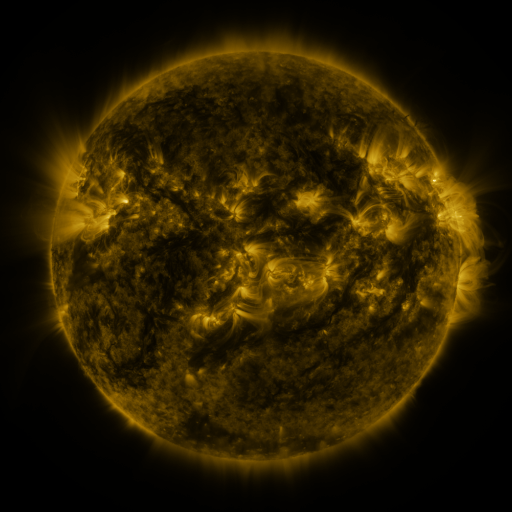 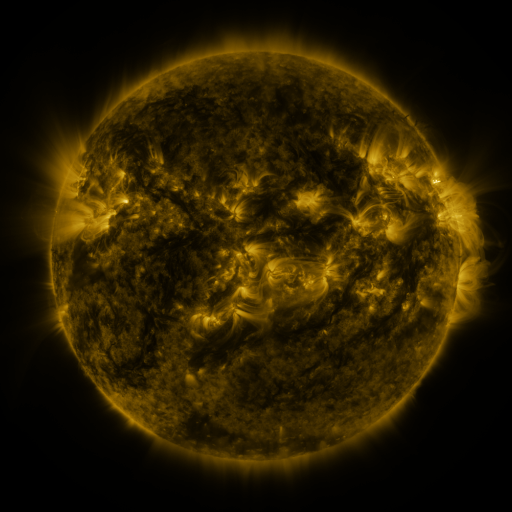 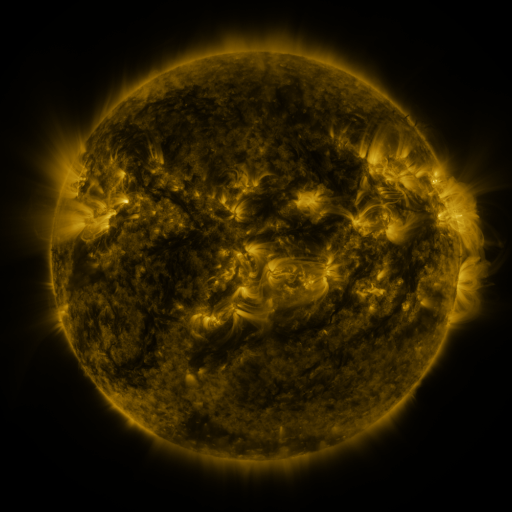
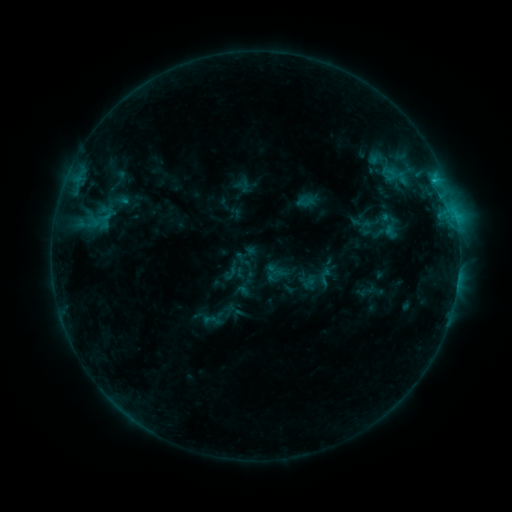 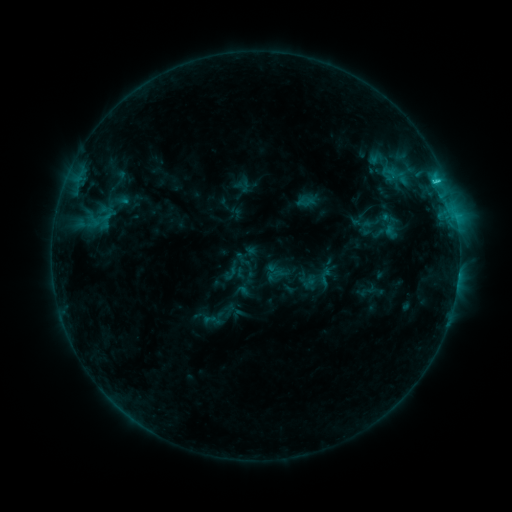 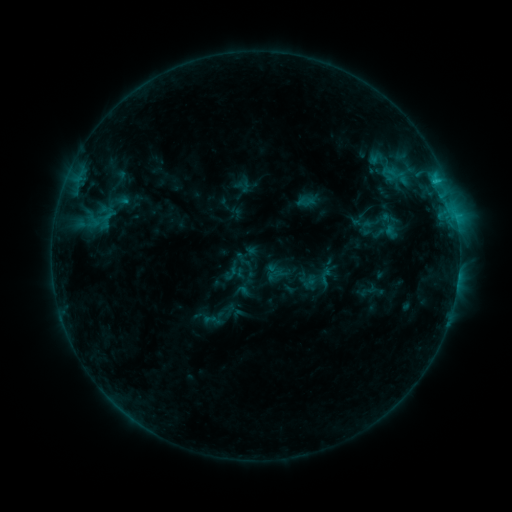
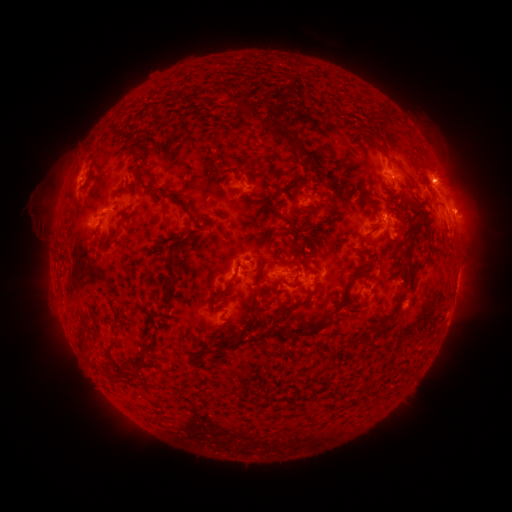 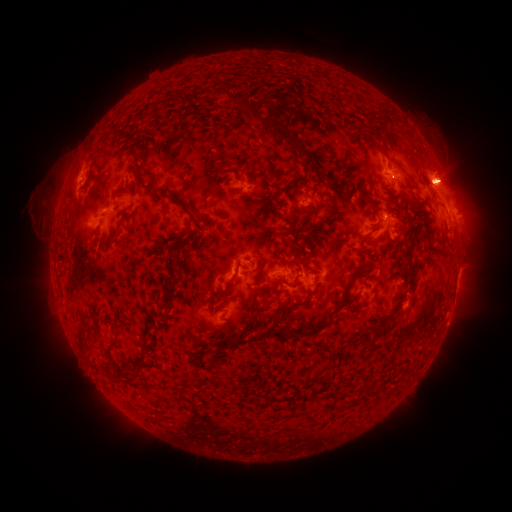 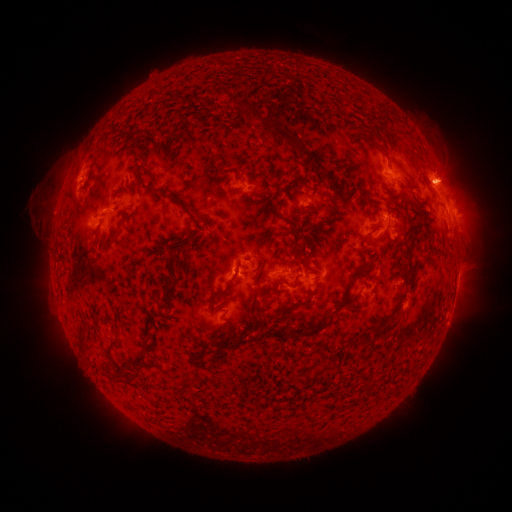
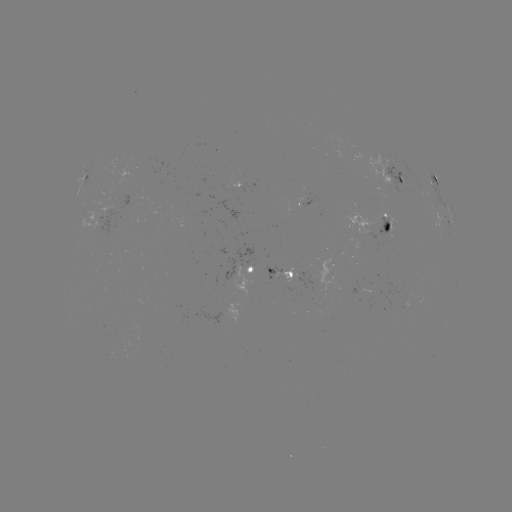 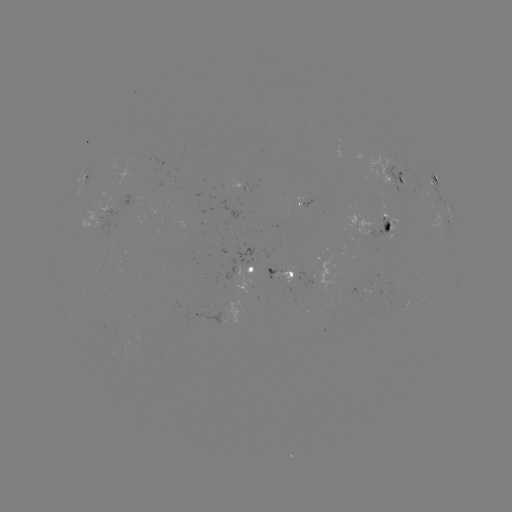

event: flare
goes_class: C1.5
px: (434, 183)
